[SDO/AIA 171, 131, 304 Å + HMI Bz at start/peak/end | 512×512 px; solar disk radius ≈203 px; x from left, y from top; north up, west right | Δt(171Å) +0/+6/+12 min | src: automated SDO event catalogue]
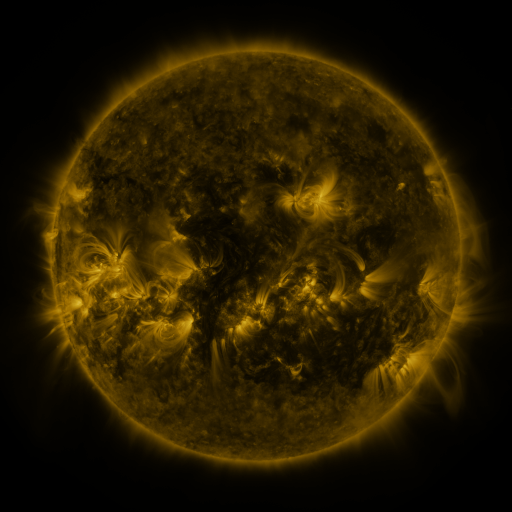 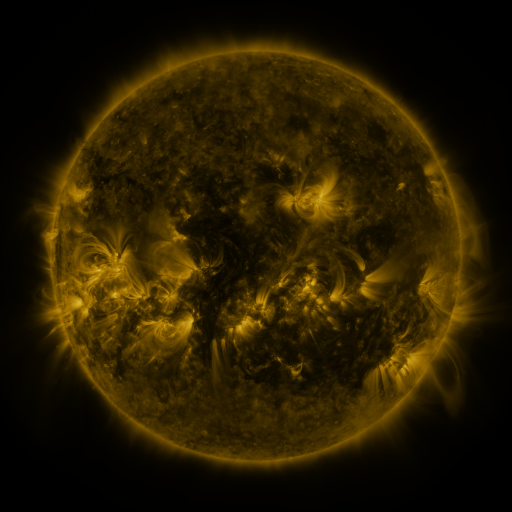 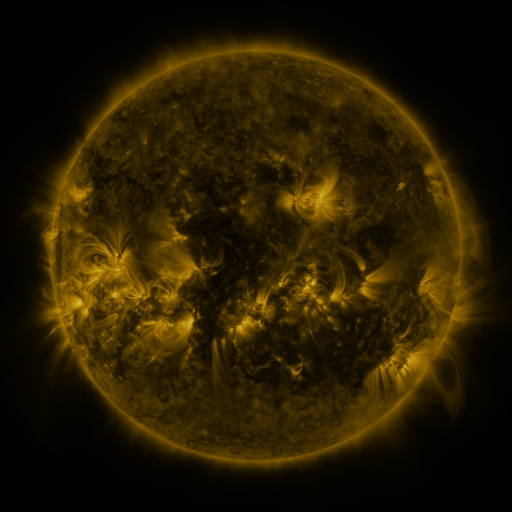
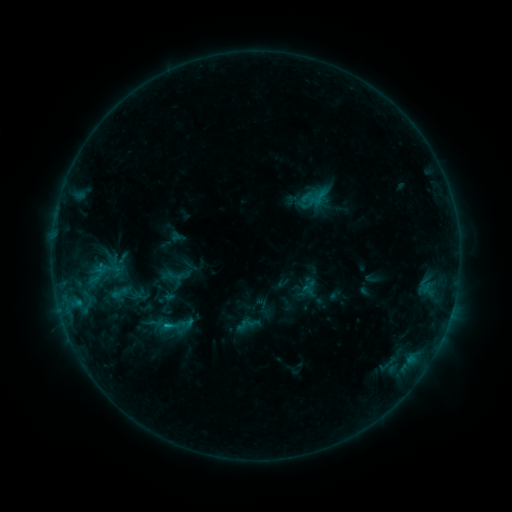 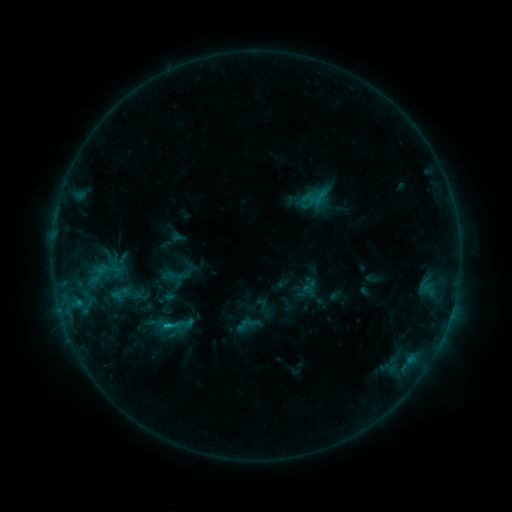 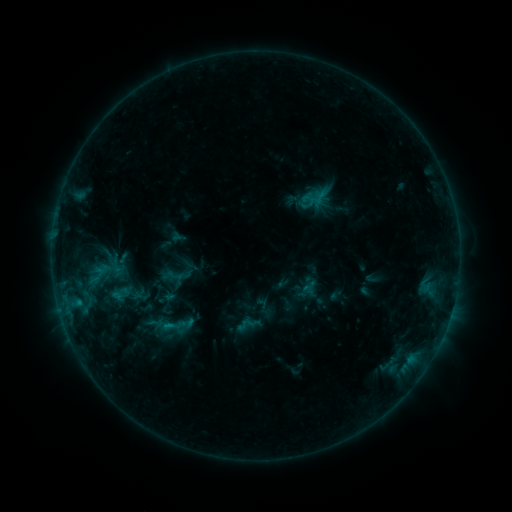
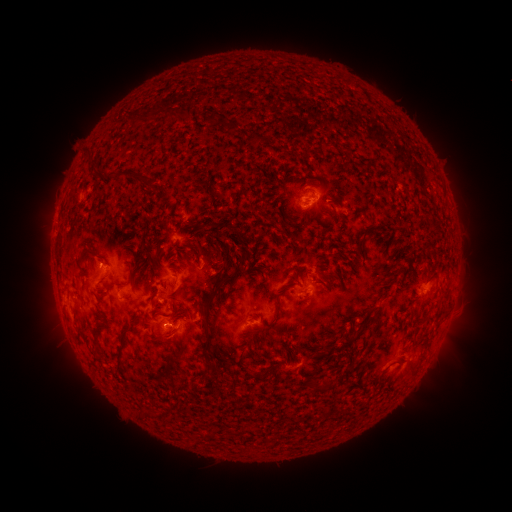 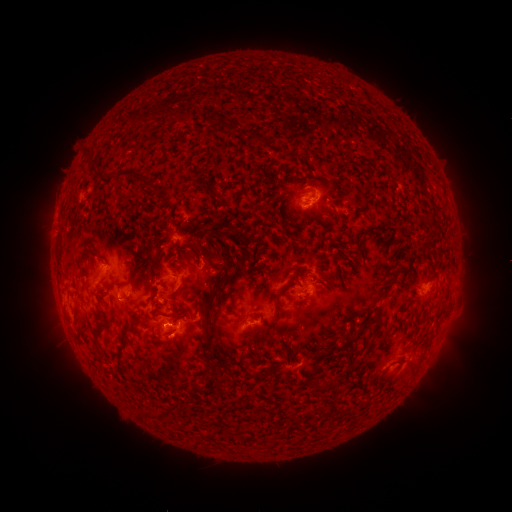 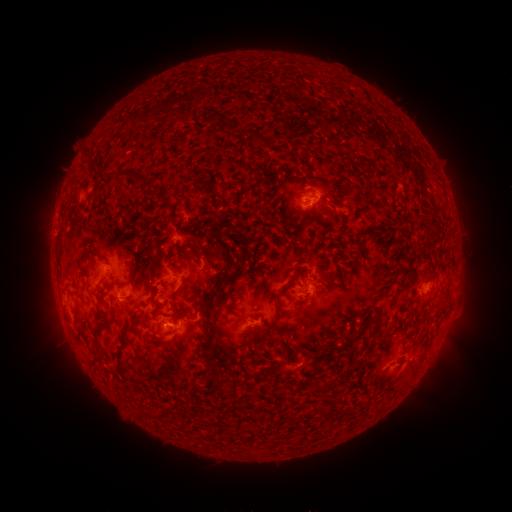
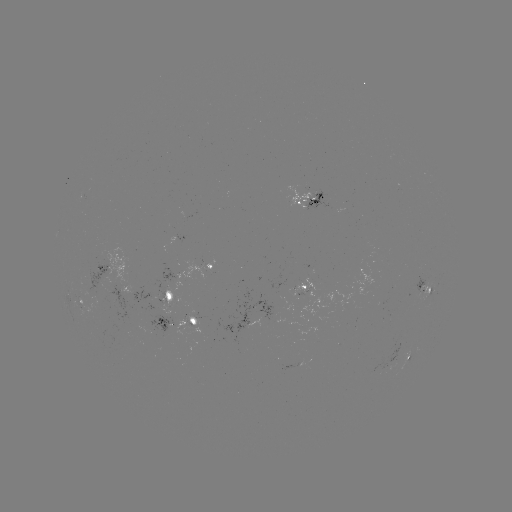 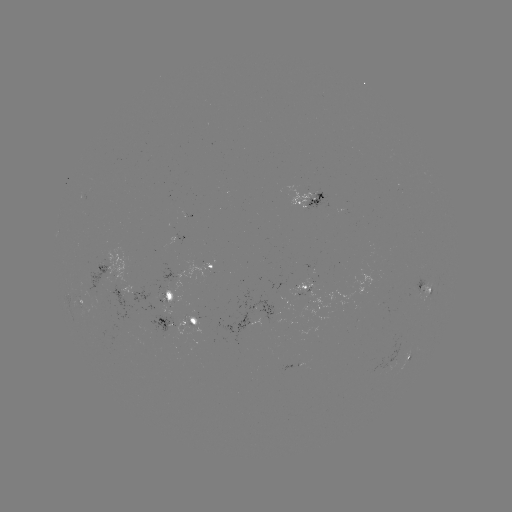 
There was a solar flare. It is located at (168, 323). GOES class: B8.3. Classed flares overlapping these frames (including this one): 1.